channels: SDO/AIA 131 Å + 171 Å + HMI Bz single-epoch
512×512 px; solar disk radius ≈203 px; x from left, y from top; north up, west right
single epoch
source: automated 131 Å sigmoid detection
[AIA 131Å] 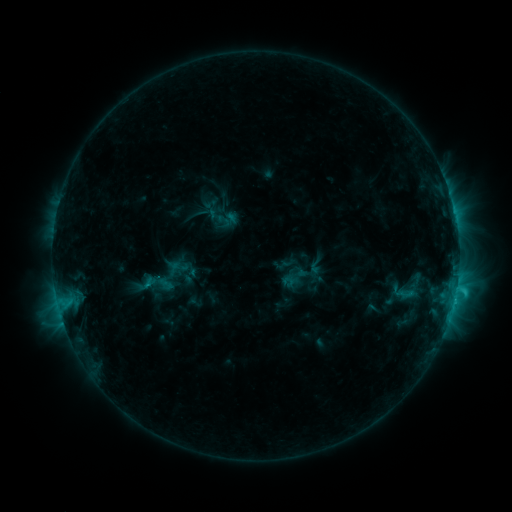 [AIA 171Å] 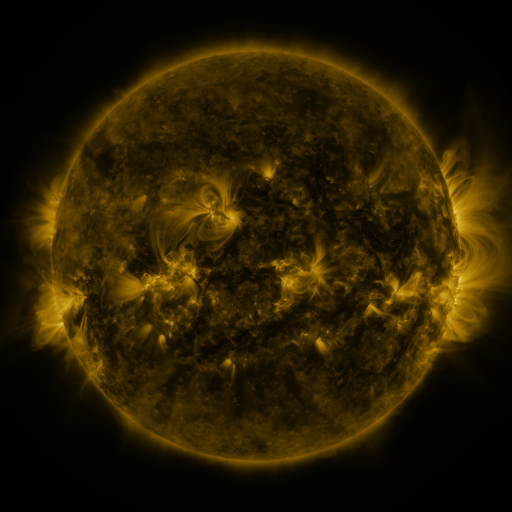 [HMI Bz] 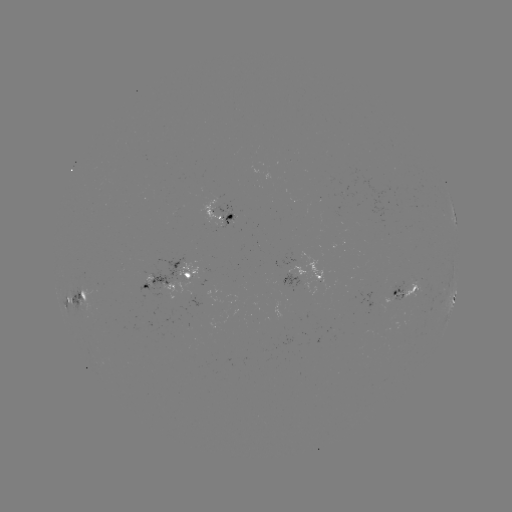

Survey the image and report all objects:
sigmoid: (179, 266)
sigmoid: (405, 294)
